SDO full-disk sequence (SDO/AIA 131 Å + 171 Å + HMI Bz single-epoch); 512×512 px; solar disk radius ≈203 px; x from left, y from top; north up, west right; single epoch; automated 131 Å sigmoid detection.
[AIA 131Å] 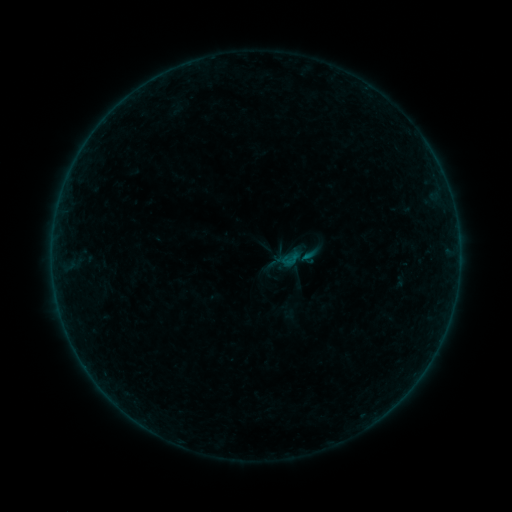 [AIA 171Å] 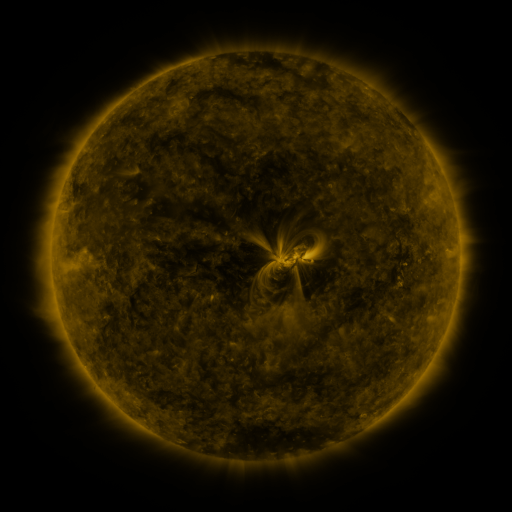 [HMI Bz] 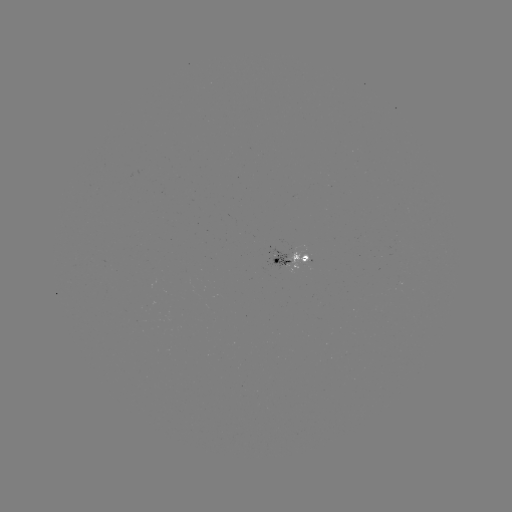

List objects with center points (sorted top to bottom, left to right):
sigmoid: (290, 259)
